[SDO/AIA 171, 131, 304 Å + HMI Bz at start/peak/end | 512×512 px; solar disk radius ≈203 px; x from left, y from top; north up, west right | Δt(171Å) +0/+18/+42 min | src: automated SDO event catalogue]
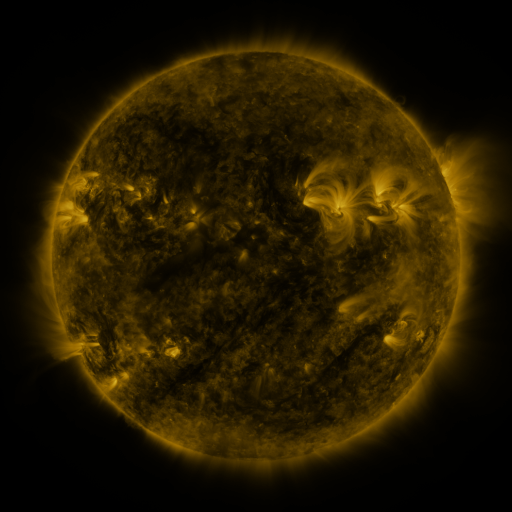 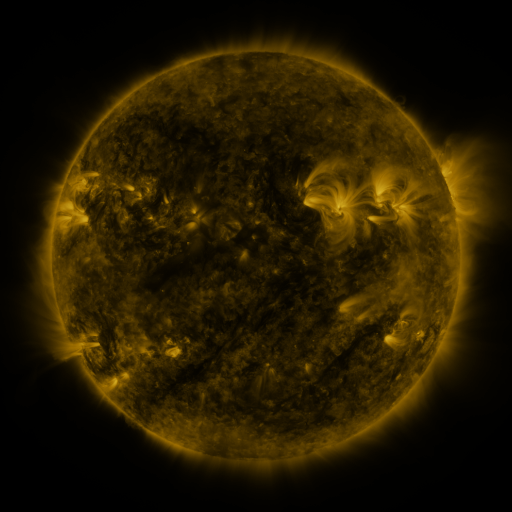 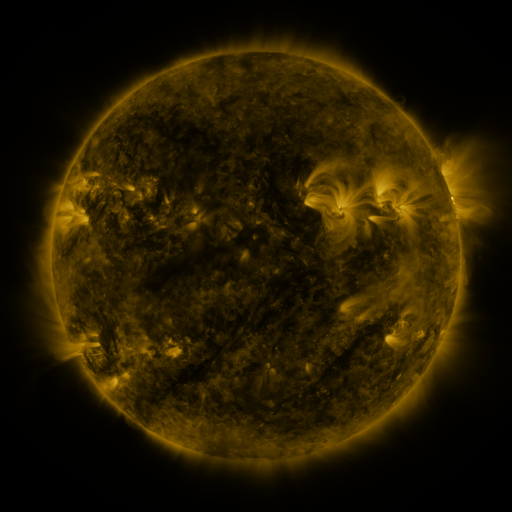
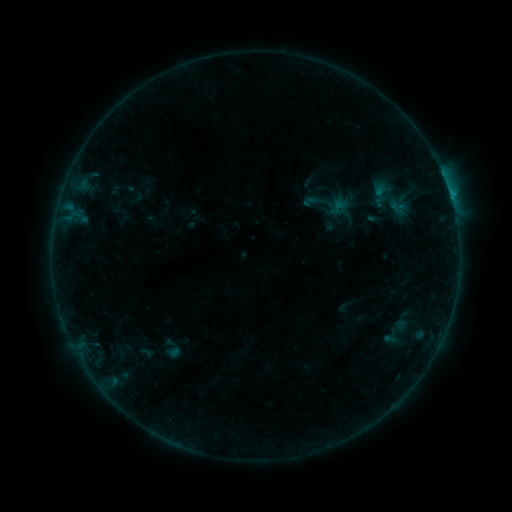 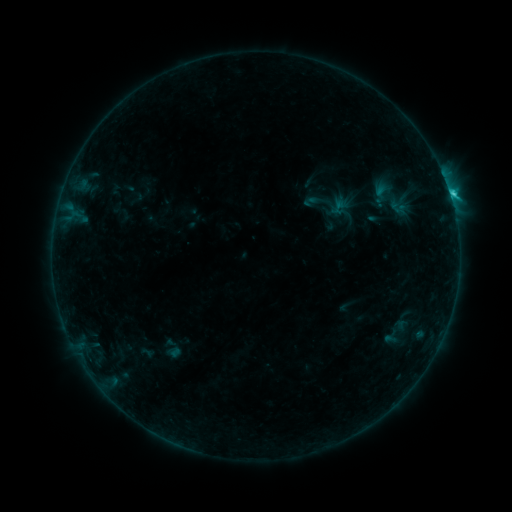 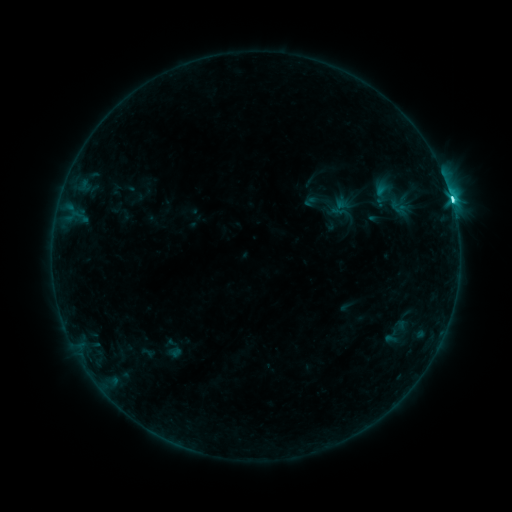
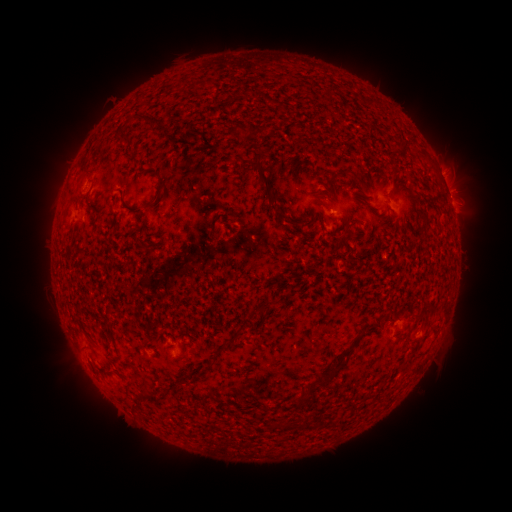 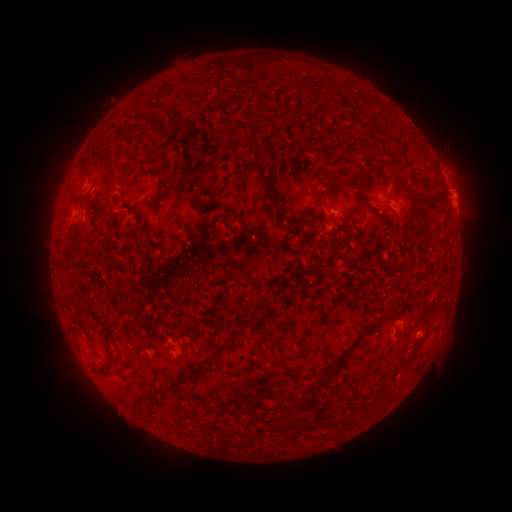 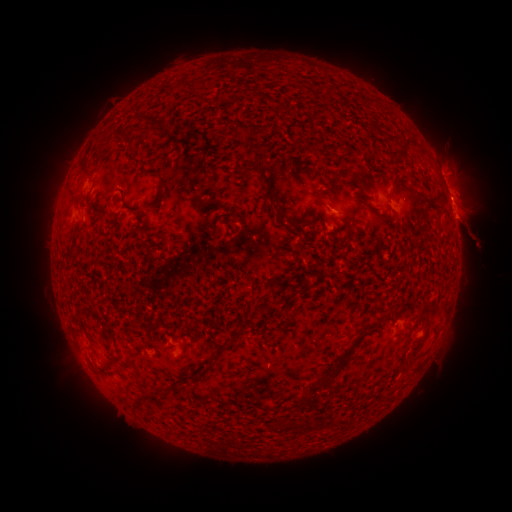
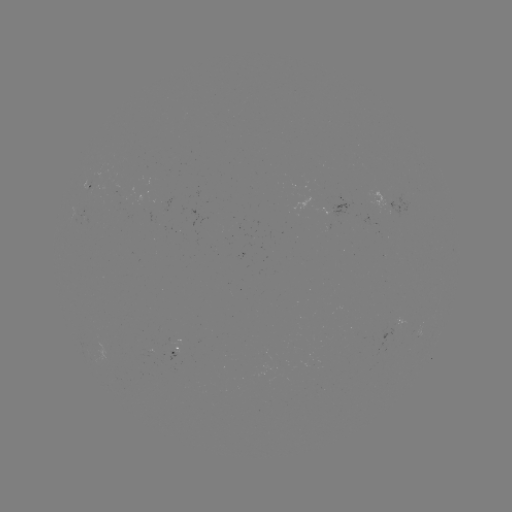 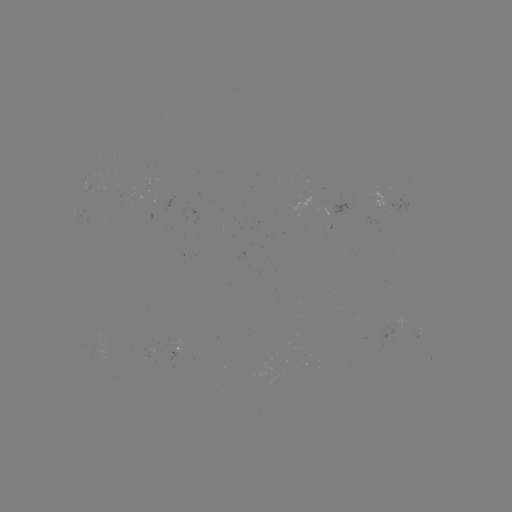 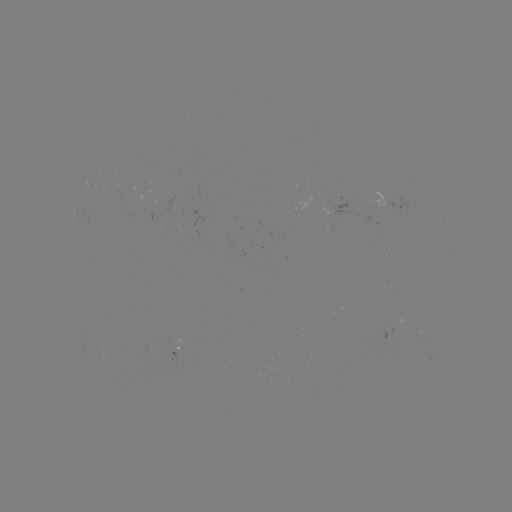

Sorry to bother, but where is eruption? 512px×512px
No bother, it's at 463,205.